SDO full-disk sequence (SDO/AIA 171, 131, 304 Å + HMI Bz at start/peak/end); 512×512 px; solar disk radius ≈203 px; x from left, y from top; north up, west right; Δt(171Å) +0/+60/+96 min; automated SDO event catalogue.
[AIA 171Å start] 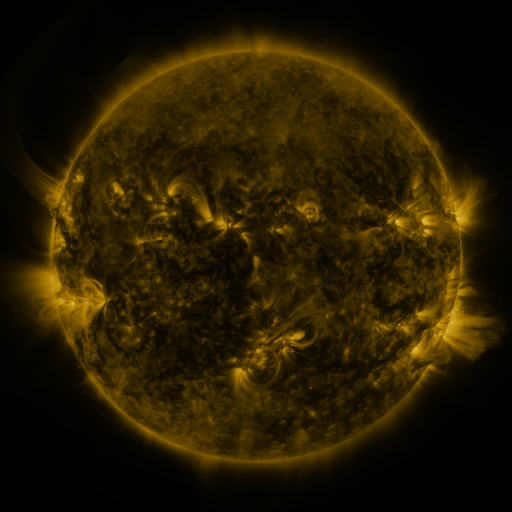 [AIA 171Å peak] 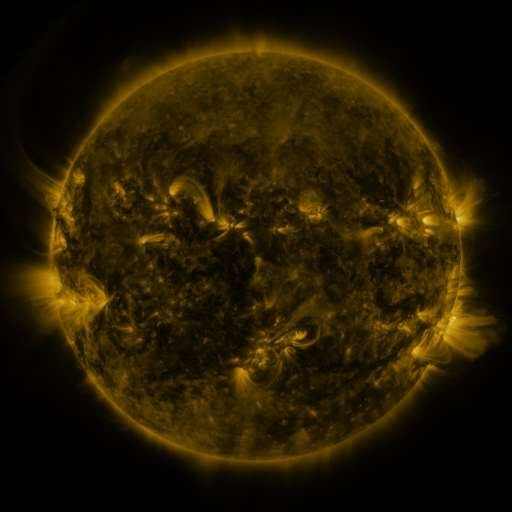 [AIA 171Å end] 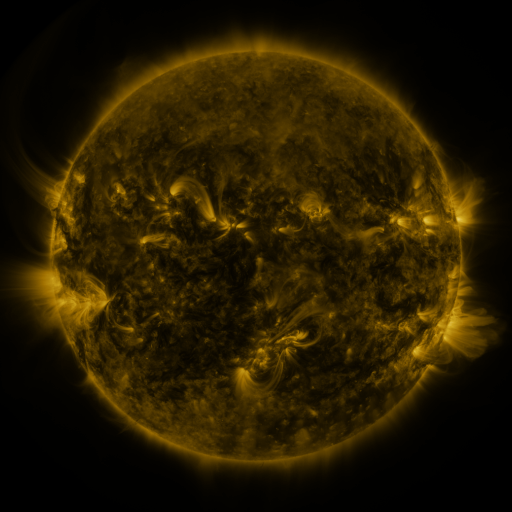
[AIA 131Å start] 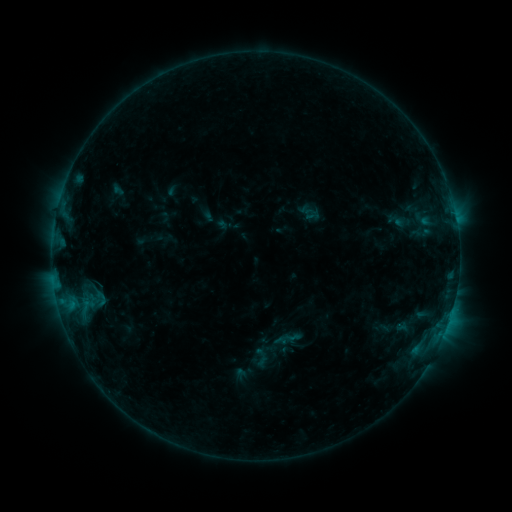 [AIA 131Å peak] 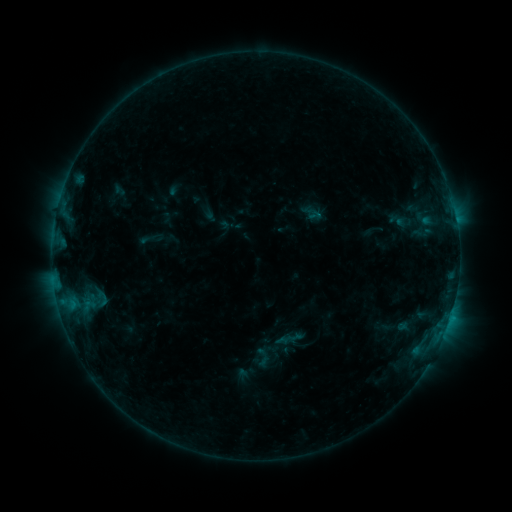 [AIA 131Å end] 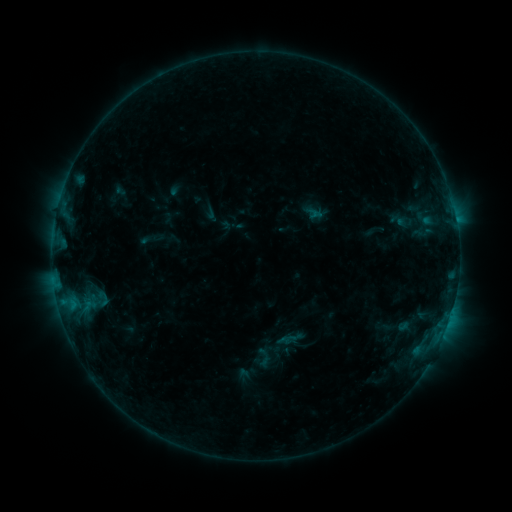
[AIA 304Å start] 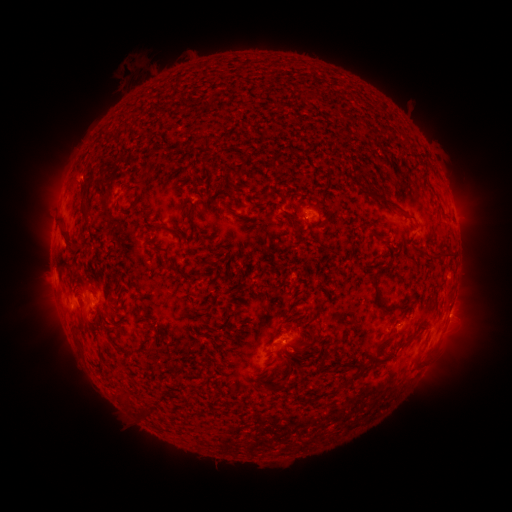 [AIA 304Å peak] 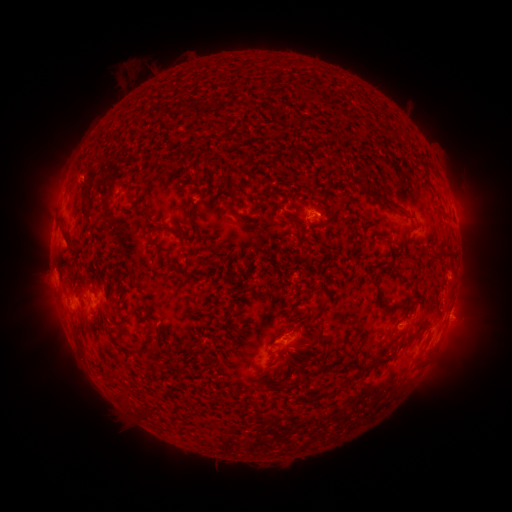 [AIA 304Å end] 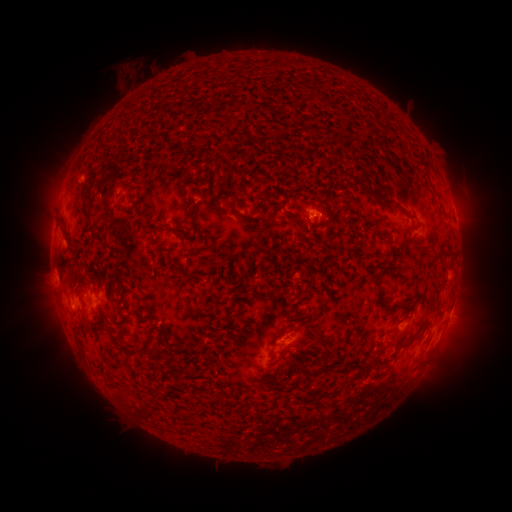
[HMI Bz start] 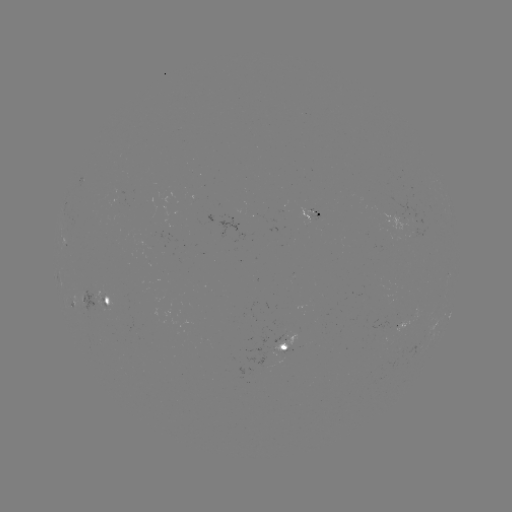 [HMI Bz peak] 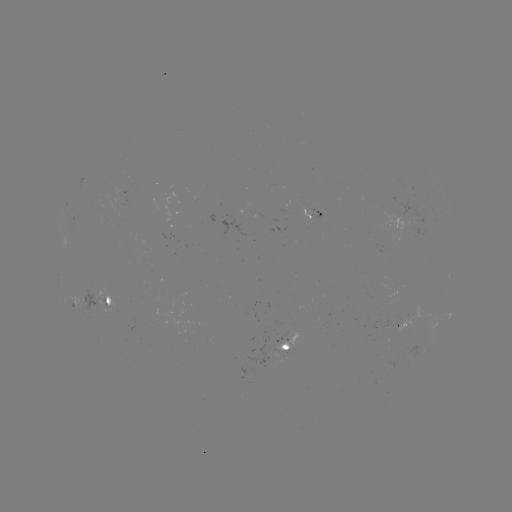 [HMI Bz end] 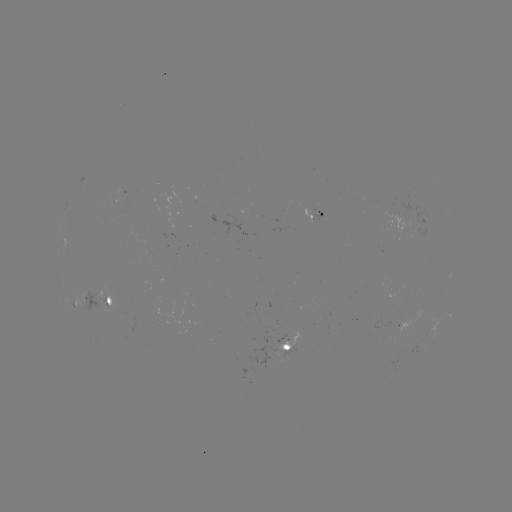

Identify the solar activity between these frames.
emerging-flux region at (286, 354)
